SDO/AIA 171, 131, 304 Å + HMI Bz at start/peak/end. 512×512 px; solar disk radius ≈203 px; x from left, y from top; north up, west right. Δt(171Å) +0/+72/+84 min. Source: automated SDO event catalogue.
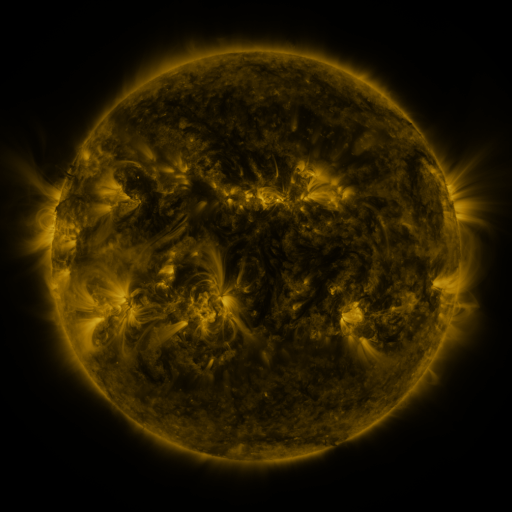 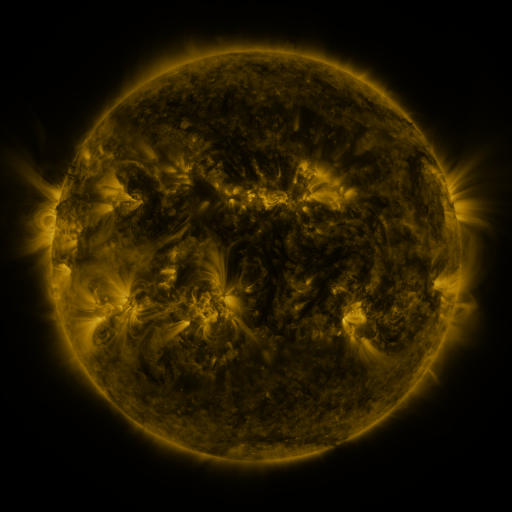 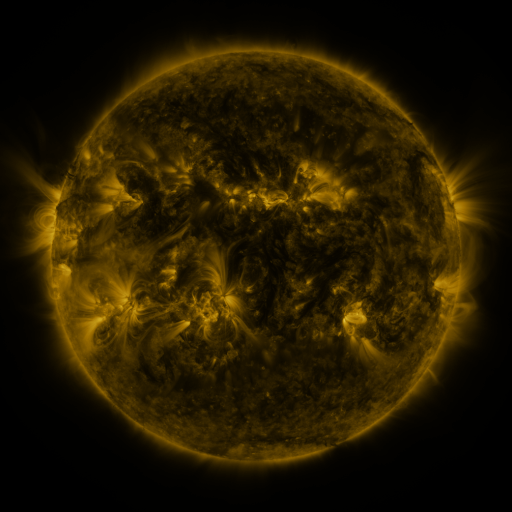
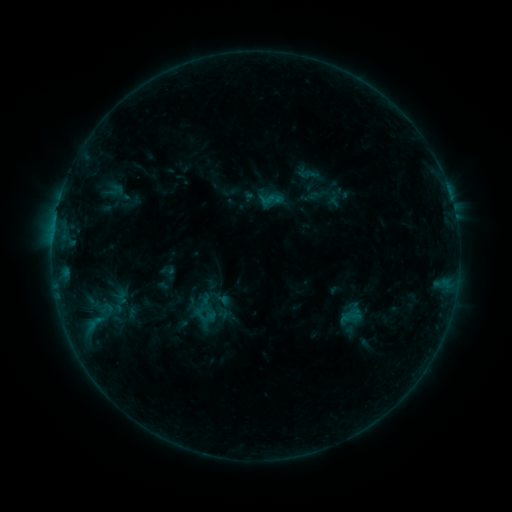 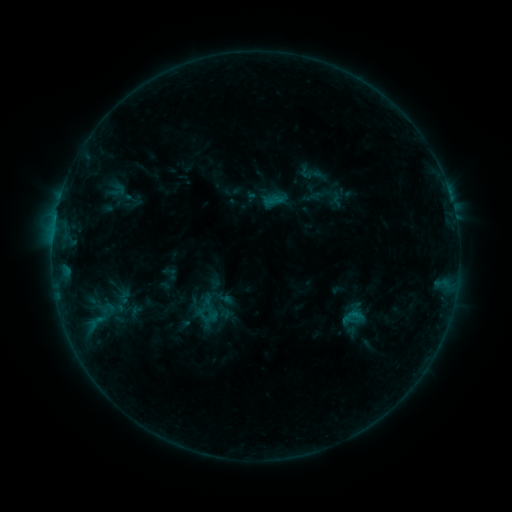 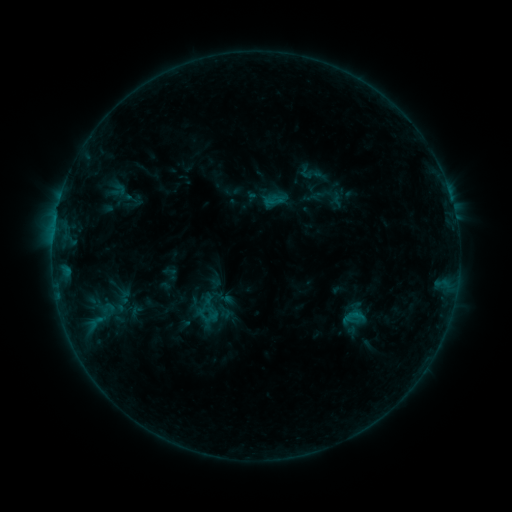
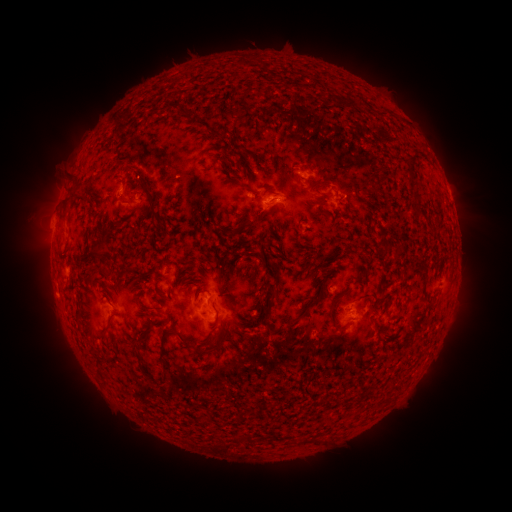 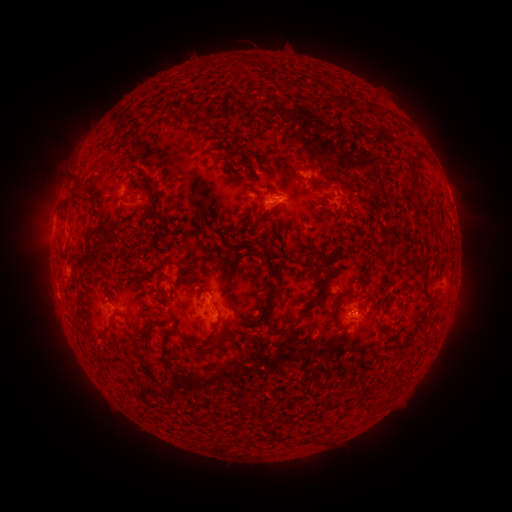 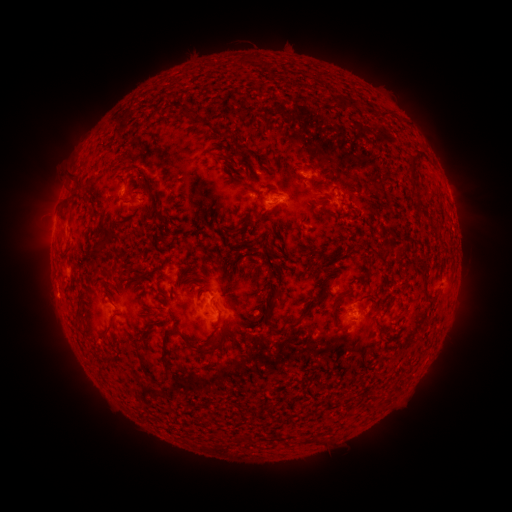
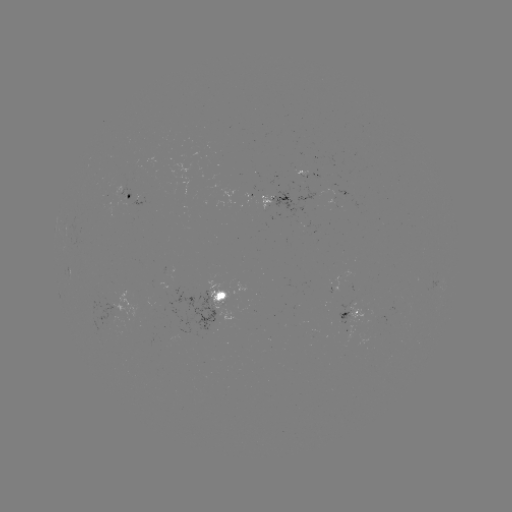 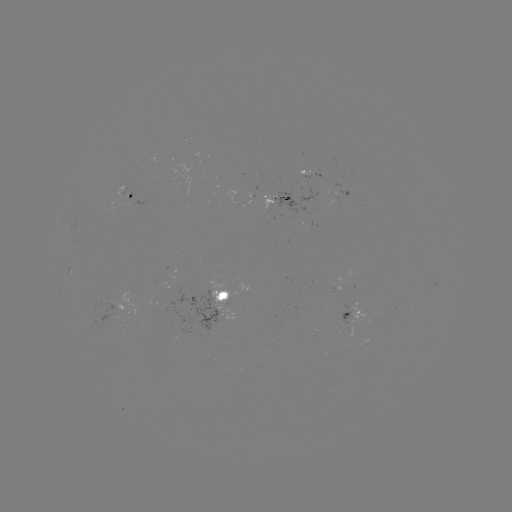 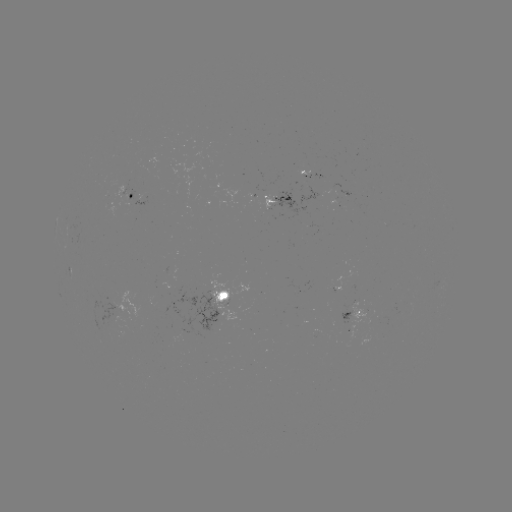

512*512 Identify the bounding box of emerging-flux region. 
[169, 168, 180, 178].